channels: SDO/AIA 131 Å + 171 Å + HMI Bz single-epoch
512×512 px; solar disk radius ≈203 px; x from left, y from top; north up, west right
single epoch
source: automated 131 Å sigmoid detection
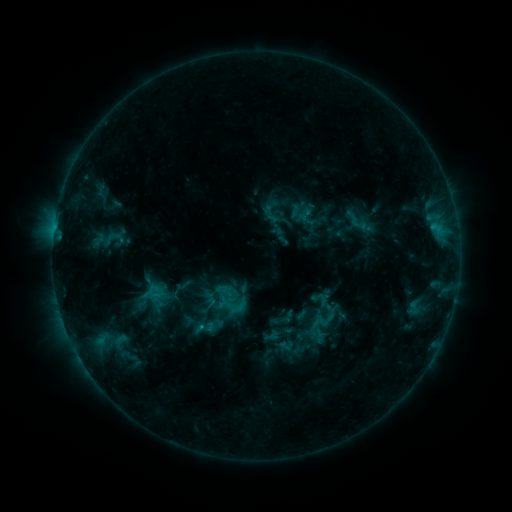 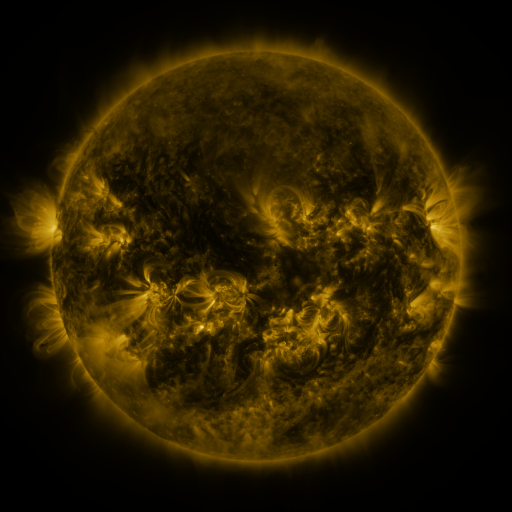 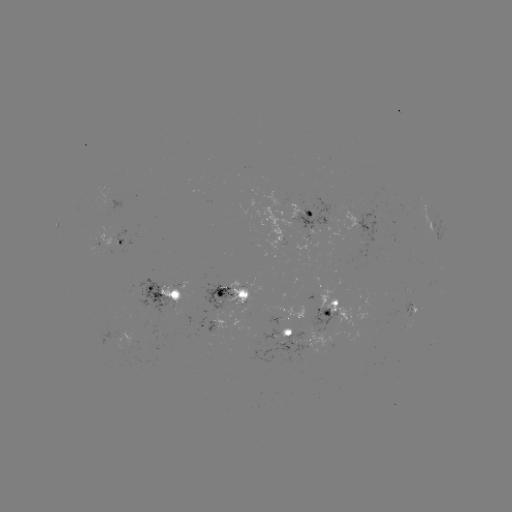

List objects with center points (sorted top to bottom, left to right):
sigmoid: [218, 292, 246, 319]
sigmoid: [310, 302, 340, 333]
